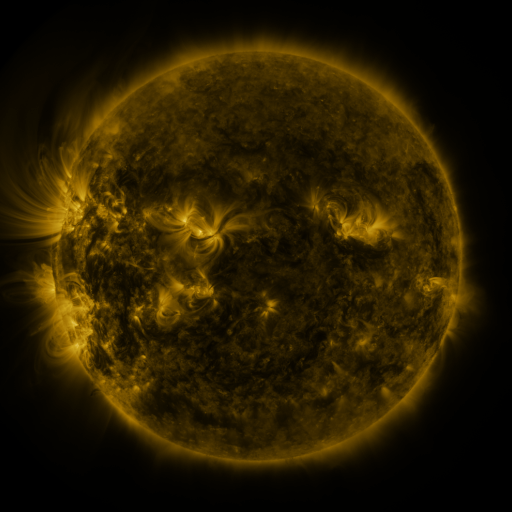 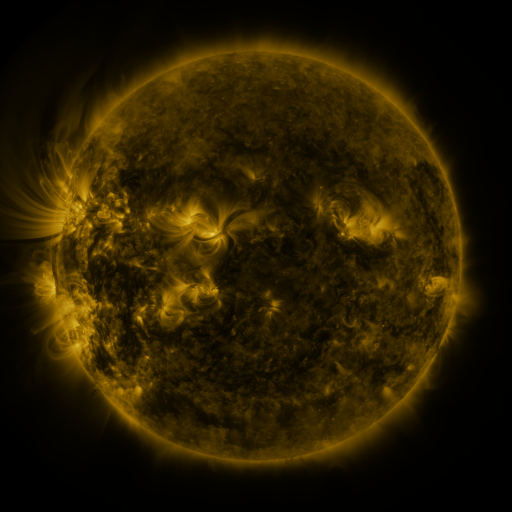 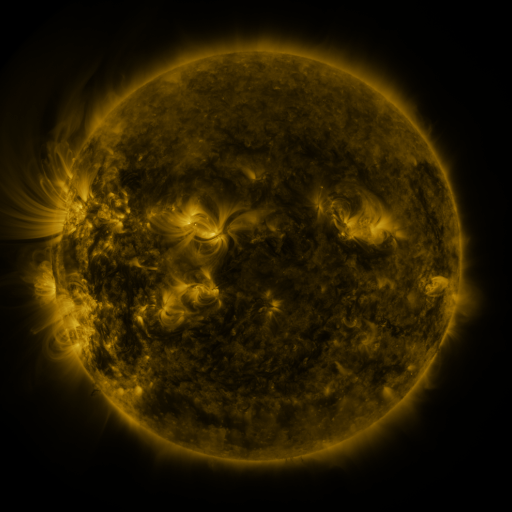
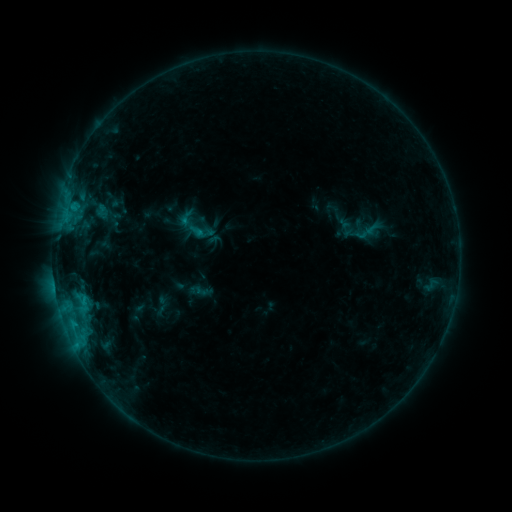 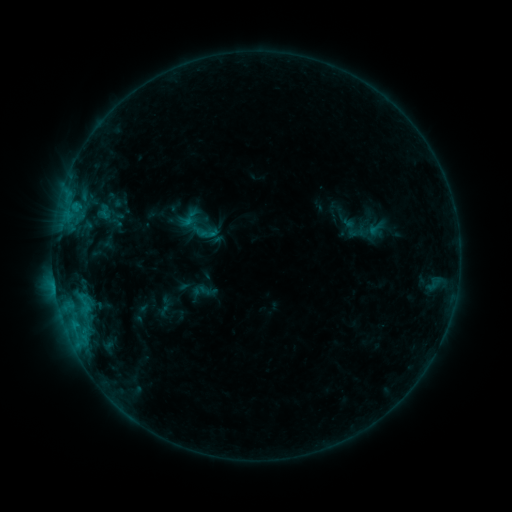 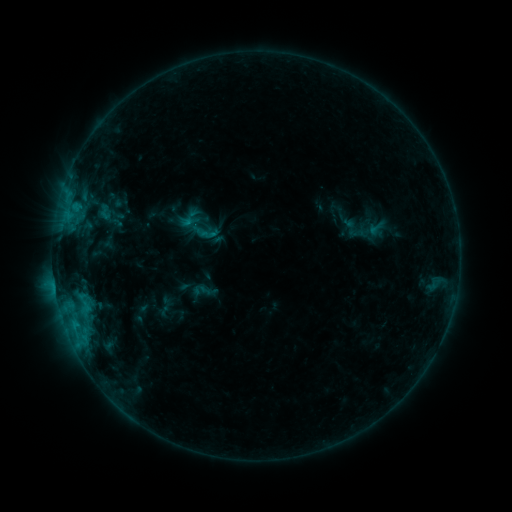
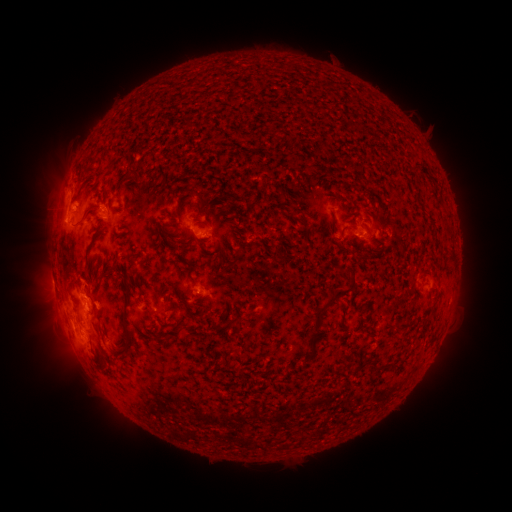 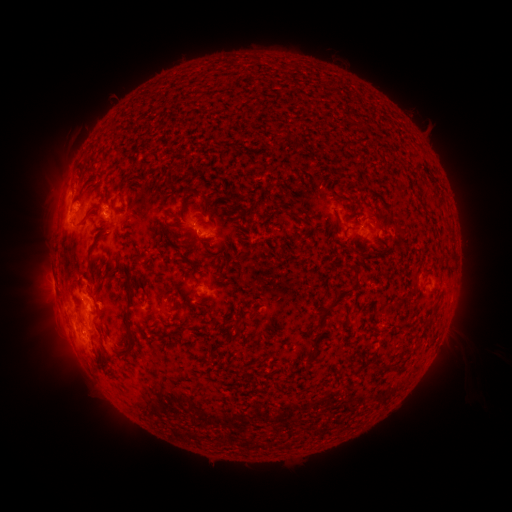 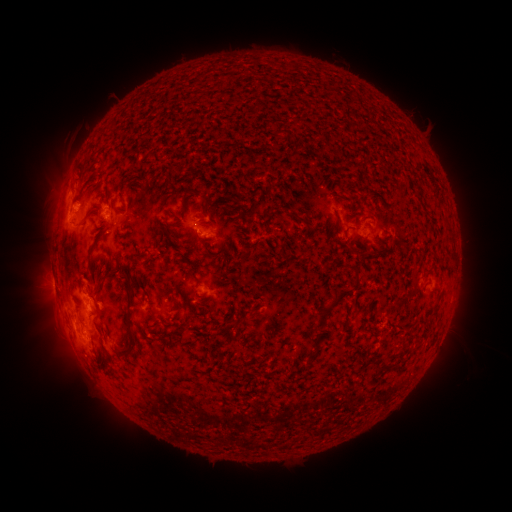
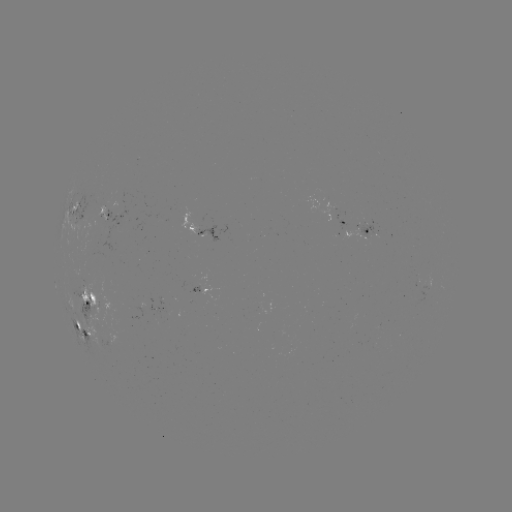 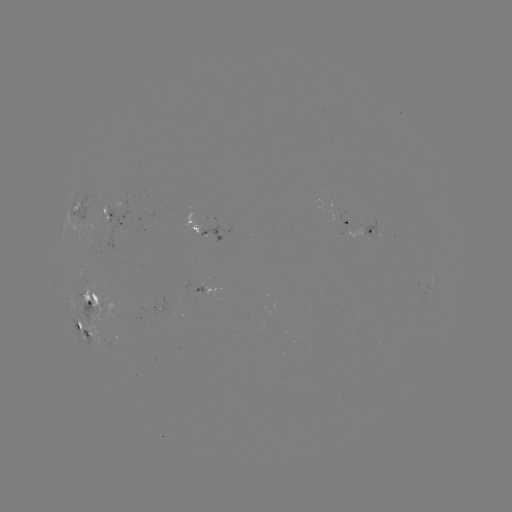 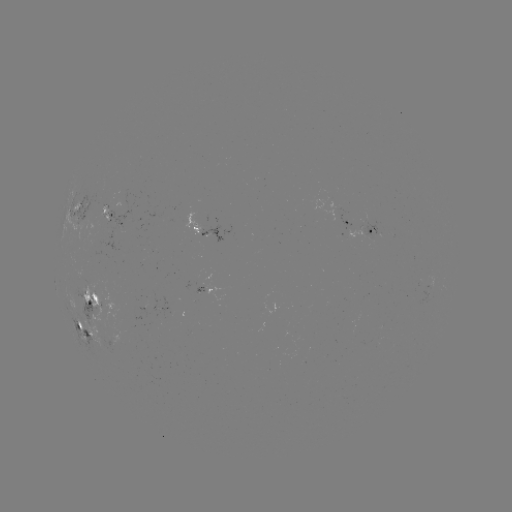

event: emerging-flux region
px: (106, 208)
